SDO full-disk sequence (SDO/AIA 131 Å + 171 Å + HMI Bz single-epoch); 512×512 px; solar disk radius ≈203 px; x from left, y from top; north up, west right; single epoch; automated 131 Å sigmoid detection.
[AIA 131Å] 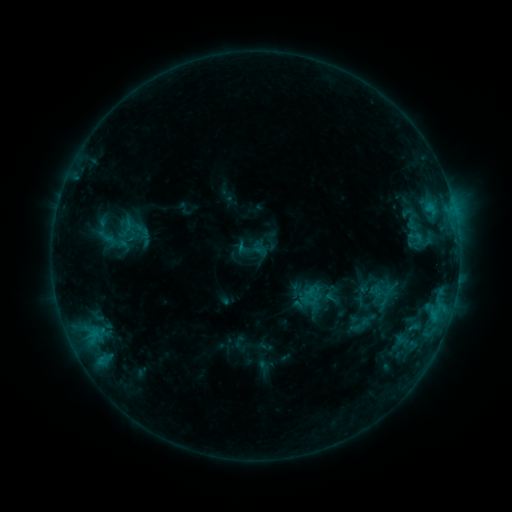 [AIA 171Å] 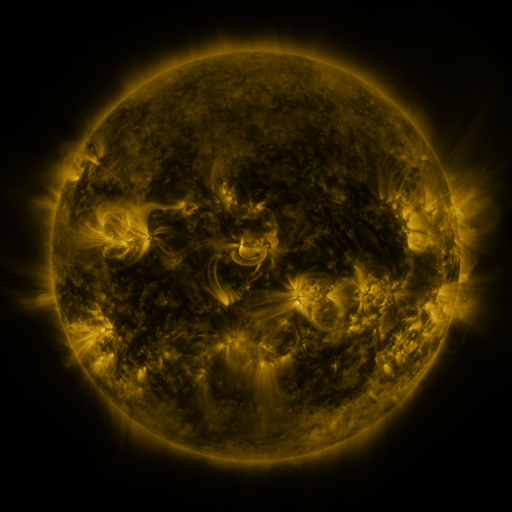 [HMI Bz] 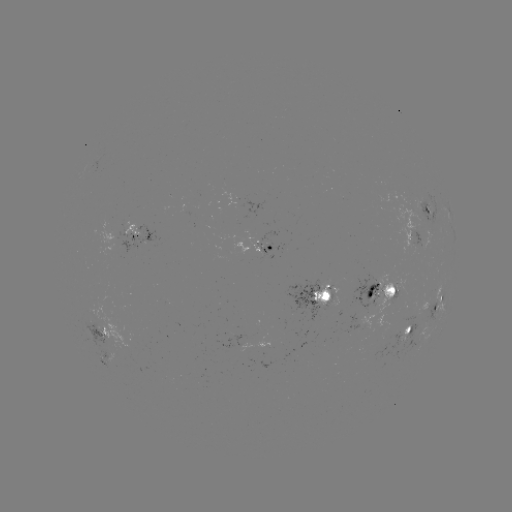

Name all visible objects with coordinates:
sigmoid: (412, 219)
